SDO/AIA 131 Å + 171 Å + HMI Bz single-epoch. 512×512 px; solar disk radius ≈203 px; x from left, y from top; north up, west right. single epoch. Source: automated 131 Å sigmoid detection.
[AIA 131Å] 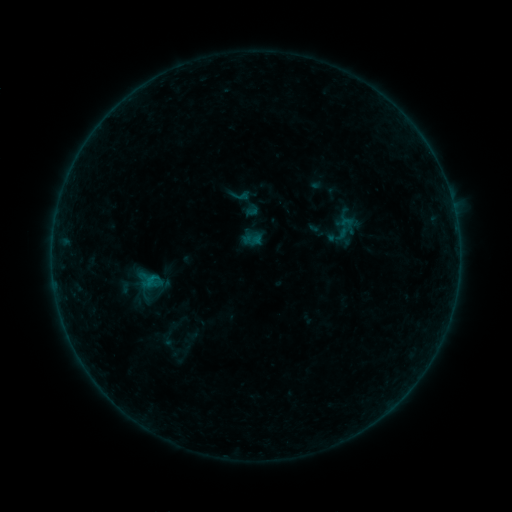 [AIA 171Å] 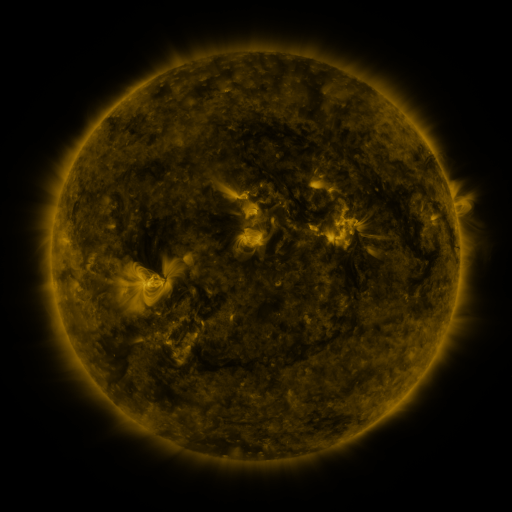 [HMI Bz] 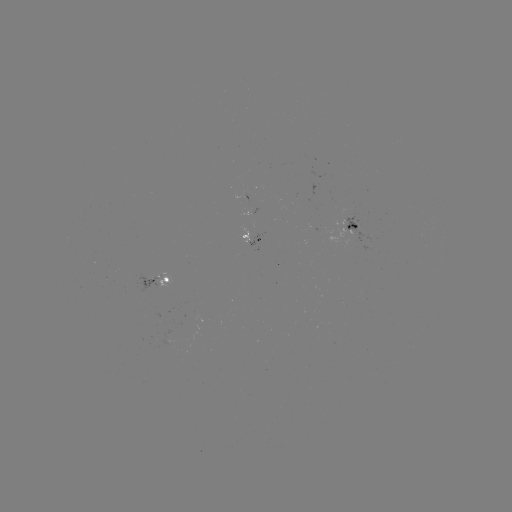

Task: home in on sigmoid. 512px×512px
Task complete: (240, 196).